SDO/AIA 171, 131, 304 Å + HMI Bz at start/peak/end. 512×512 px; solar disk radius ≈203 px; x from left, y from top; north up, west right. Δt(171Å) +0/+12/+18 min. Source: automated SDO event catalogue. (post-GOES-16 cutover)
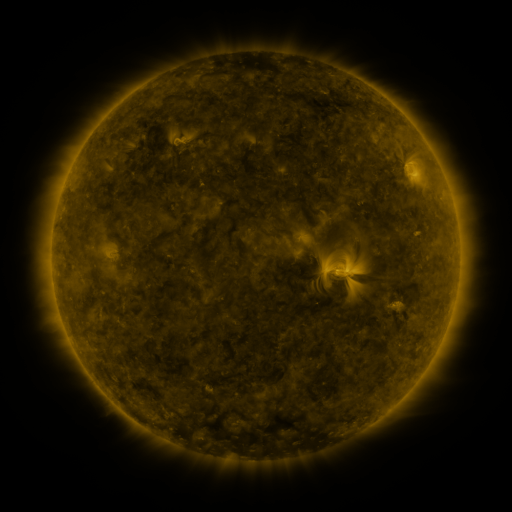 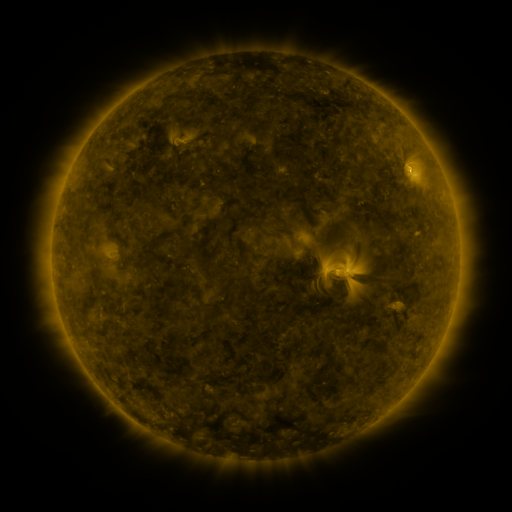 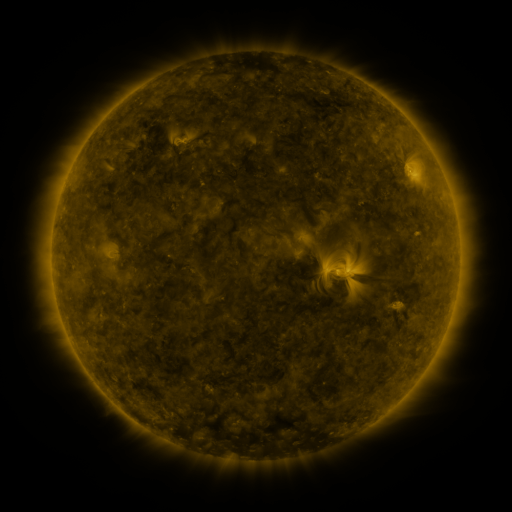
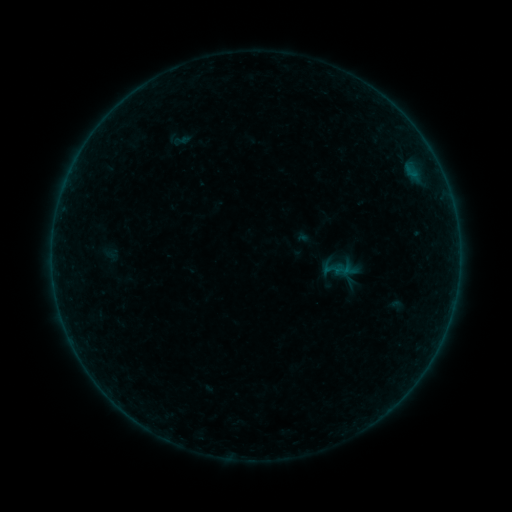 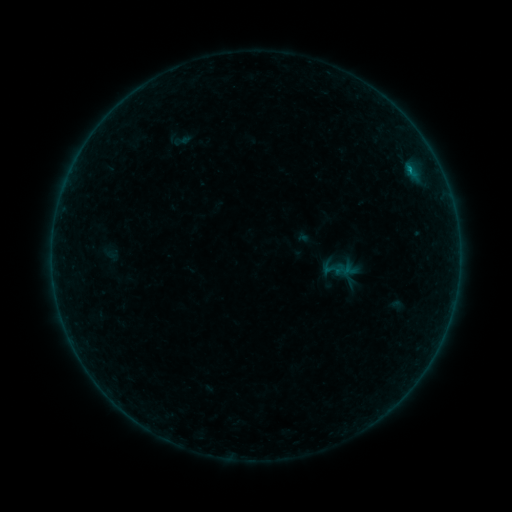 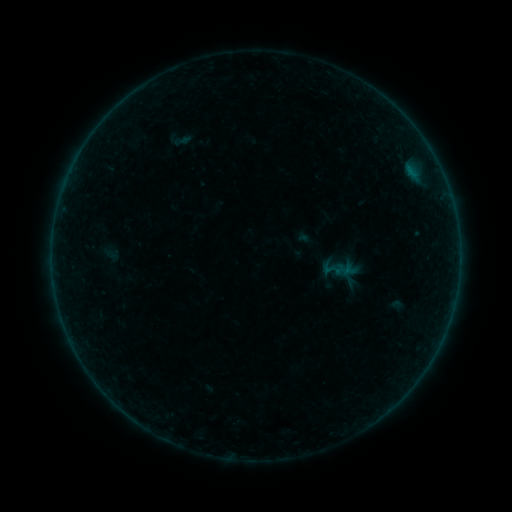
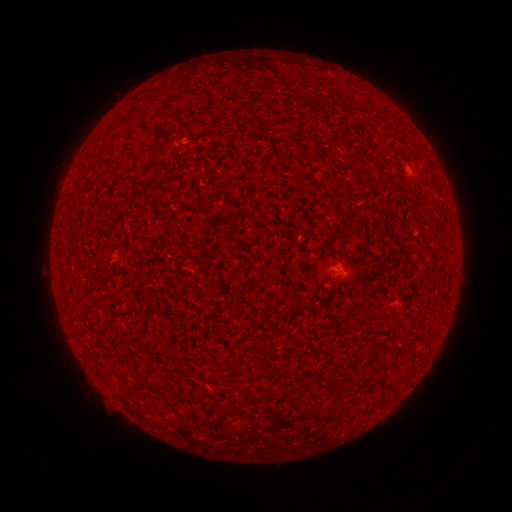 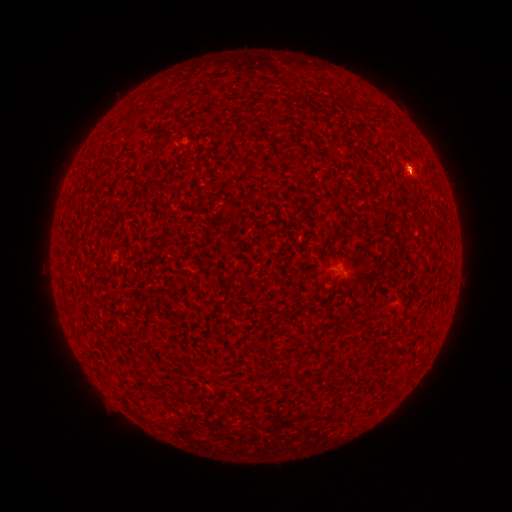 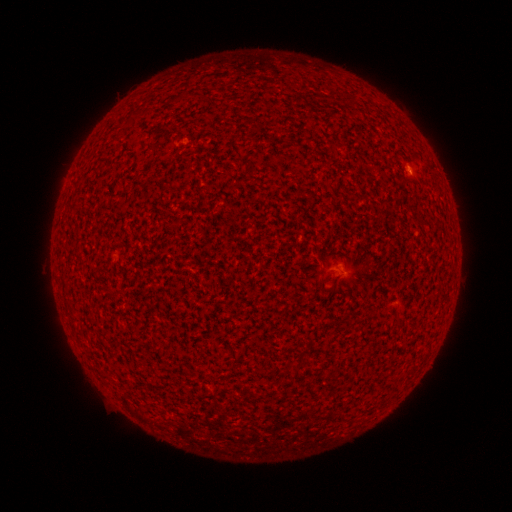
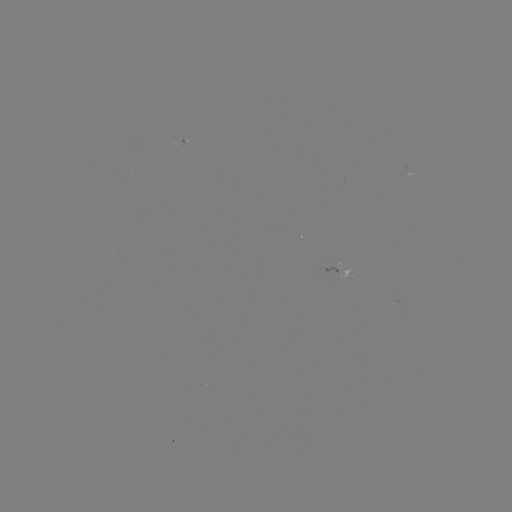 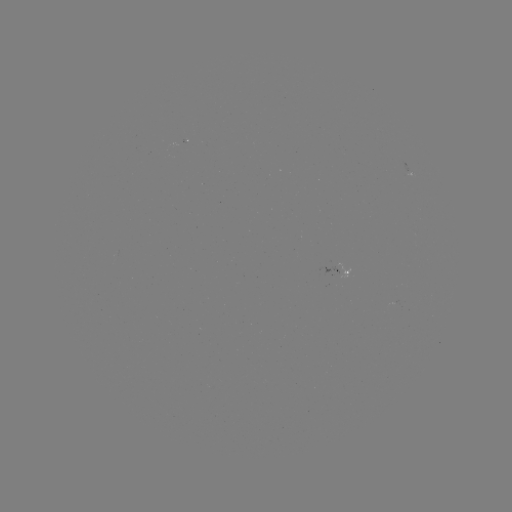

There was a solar flare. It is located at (410, 172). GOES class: B1.3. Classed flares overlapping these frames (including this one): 2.